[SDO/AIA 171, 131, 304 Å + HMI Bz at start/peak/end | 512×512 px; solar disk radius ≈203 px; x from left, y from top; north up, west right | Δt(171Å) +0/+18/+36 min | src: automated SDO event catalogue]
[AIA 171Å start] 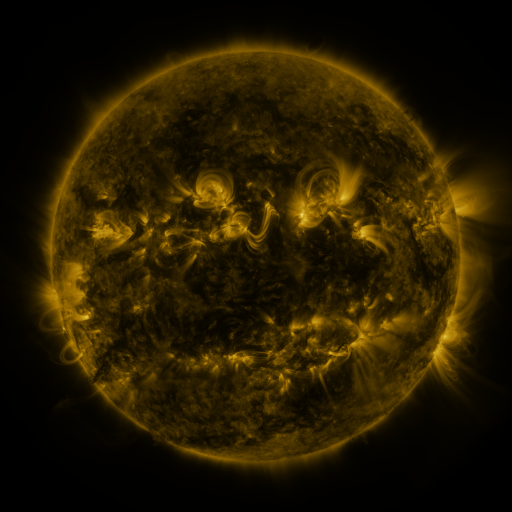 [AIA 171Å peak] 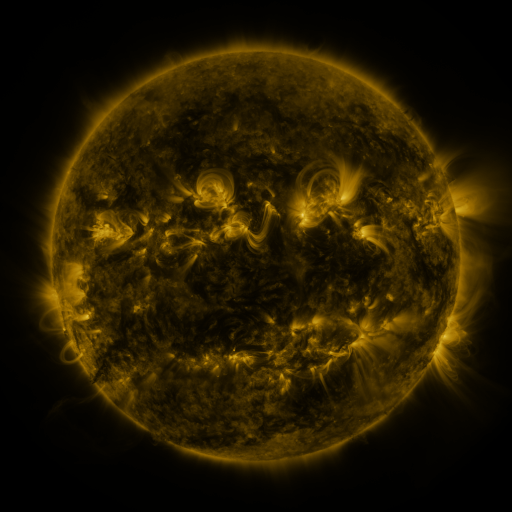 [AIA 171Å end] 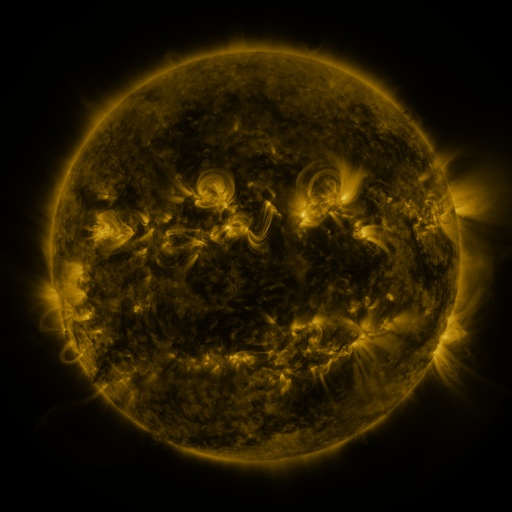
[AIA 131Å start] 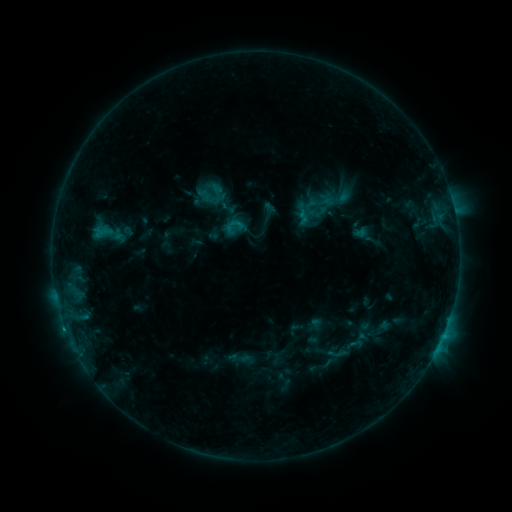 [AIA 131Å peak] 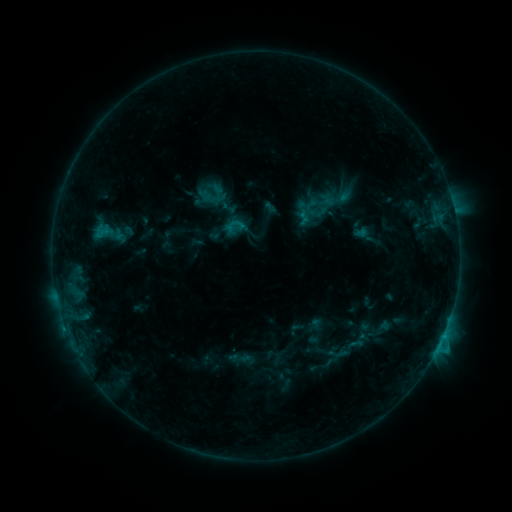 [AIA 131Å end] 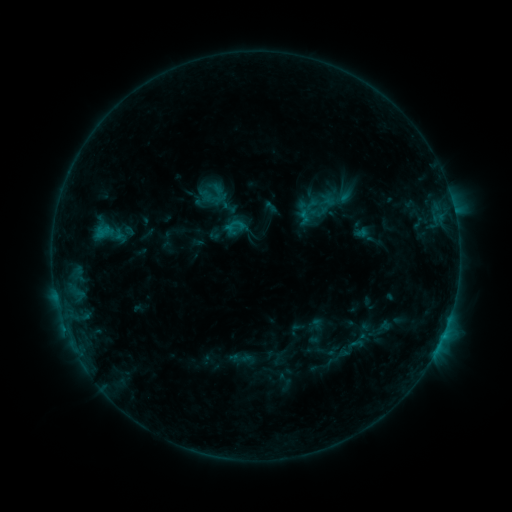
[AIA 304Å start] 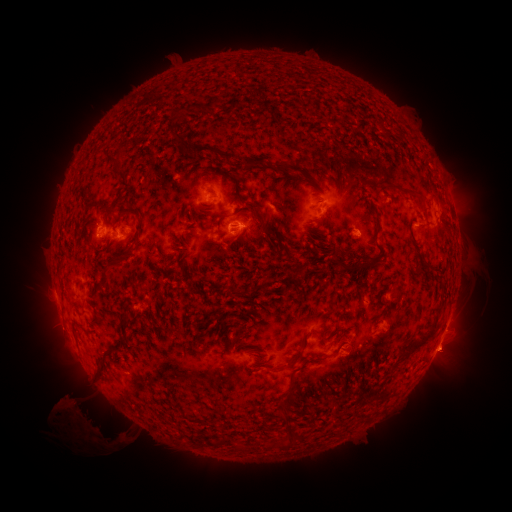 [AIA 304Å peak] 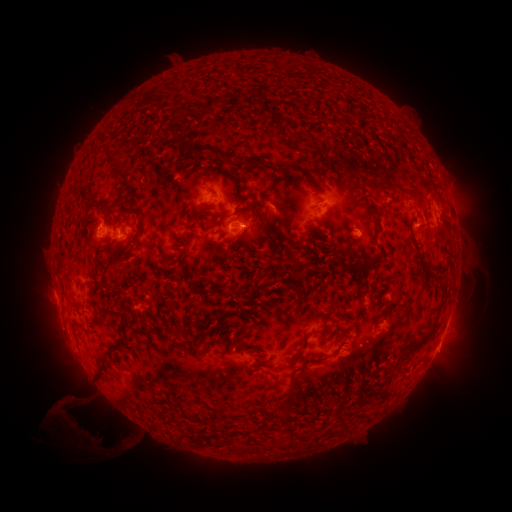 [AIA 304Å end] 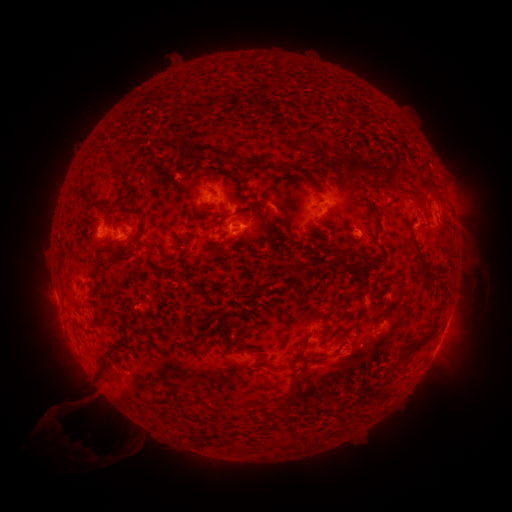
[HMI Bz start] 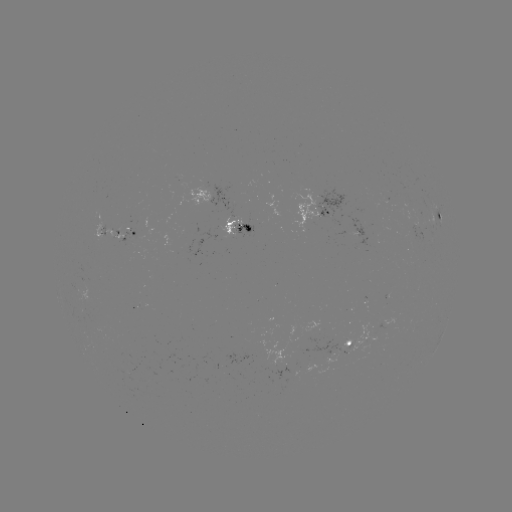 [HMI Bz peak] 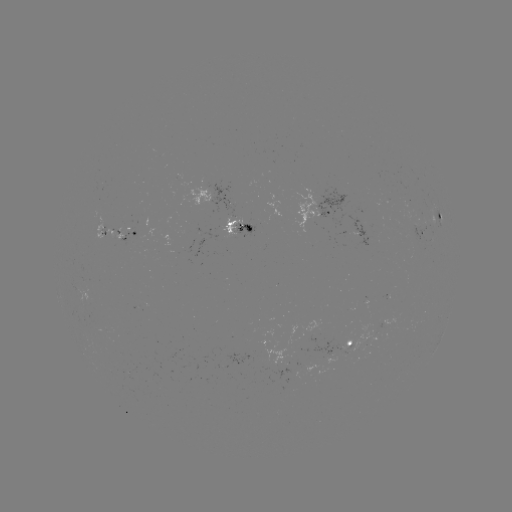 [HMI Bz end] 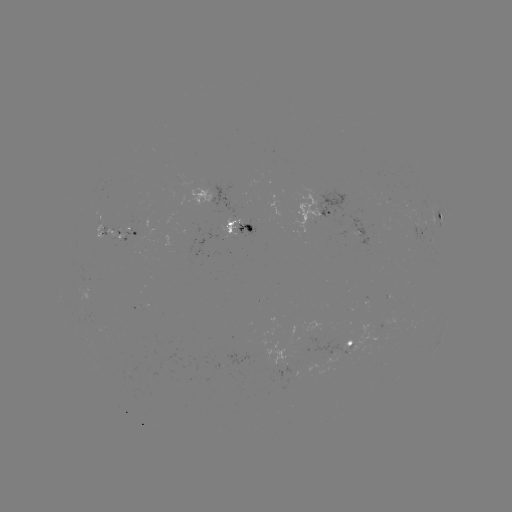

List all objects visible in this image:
eruption: (74, 428)
